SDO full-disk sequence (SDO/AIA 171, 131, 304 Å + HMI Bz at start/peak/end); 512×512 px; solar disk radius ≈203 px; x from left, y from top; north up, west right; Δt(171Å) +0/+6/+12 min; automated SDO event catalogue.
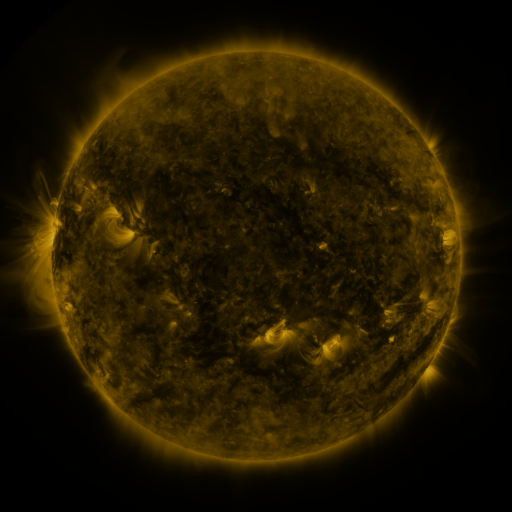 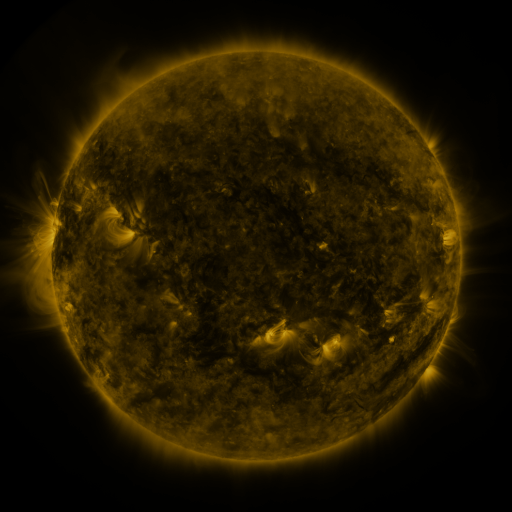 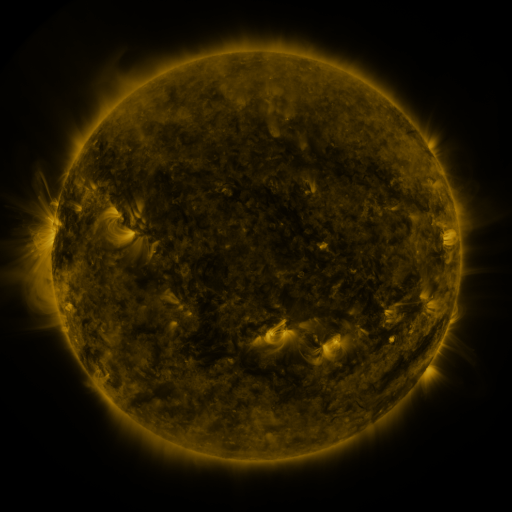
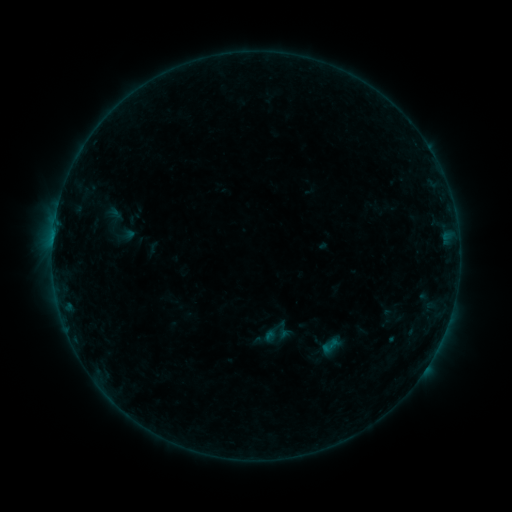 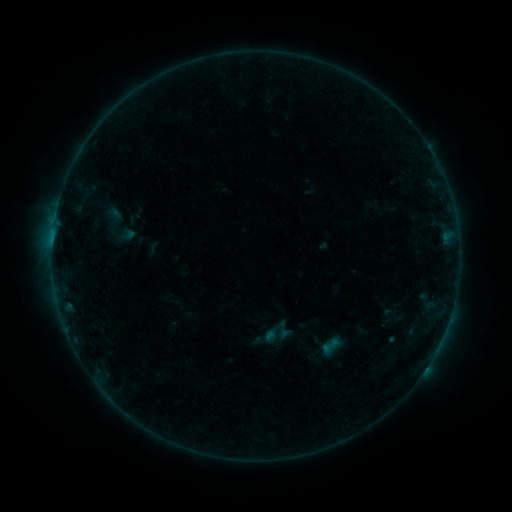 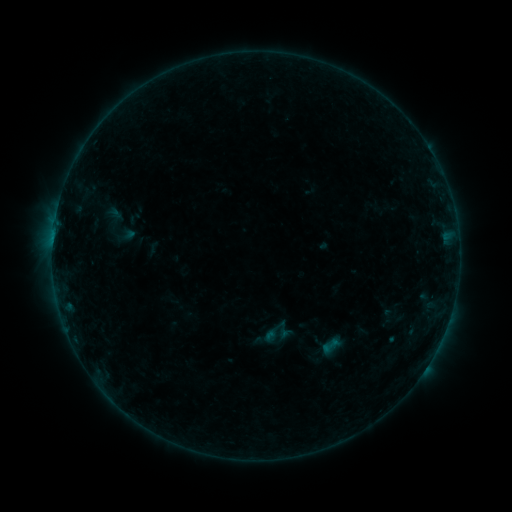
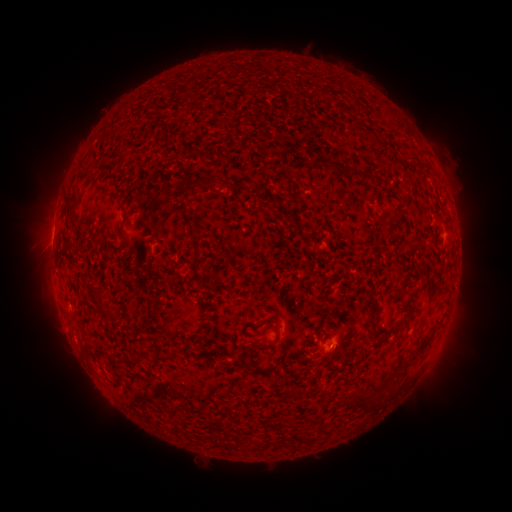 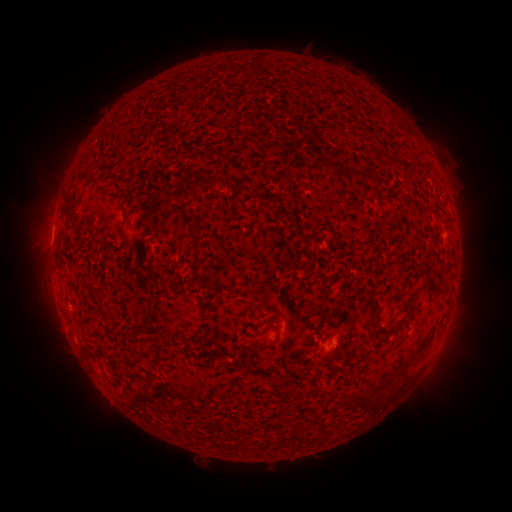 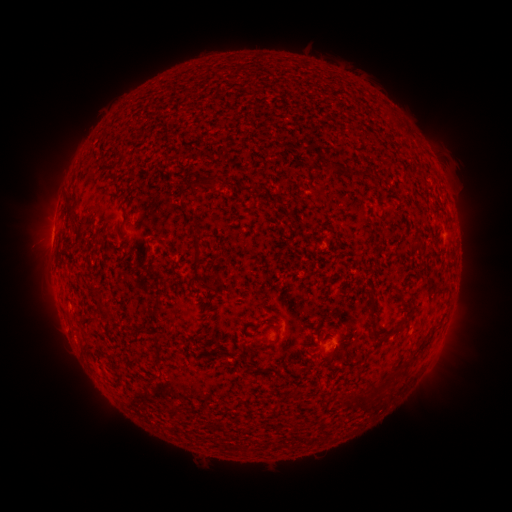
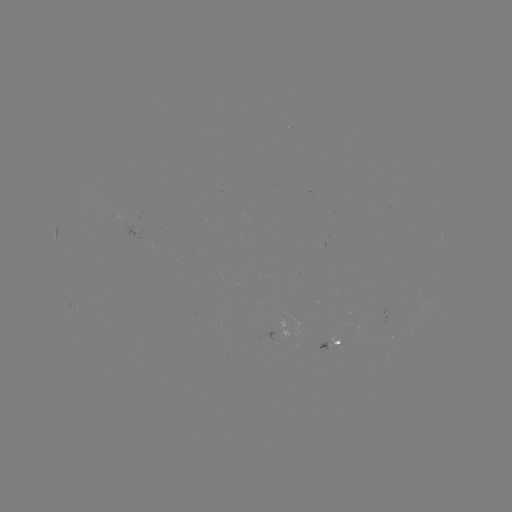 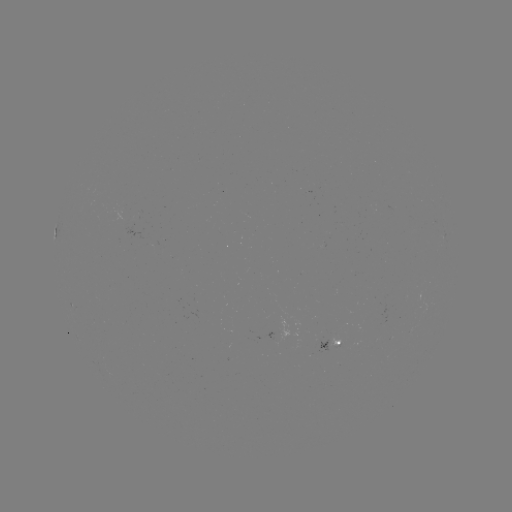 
no classed flare was catalogued and no EUV brightening was flagged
